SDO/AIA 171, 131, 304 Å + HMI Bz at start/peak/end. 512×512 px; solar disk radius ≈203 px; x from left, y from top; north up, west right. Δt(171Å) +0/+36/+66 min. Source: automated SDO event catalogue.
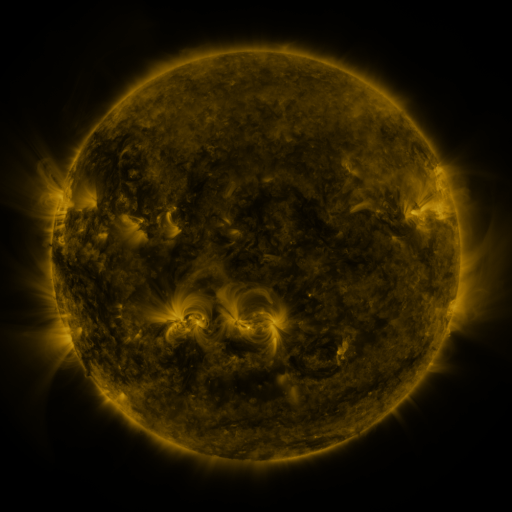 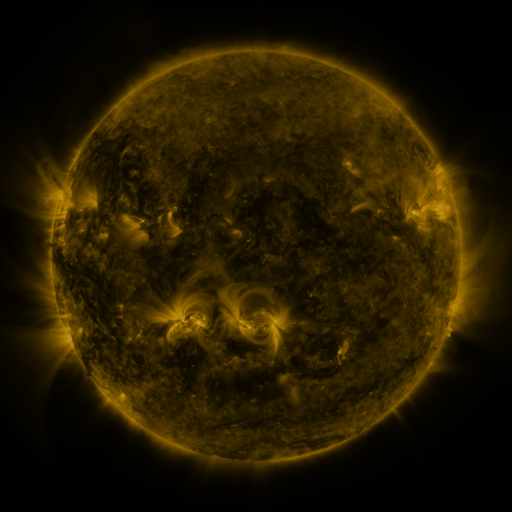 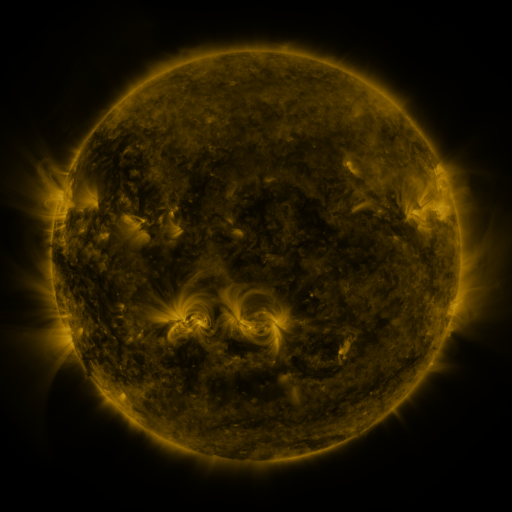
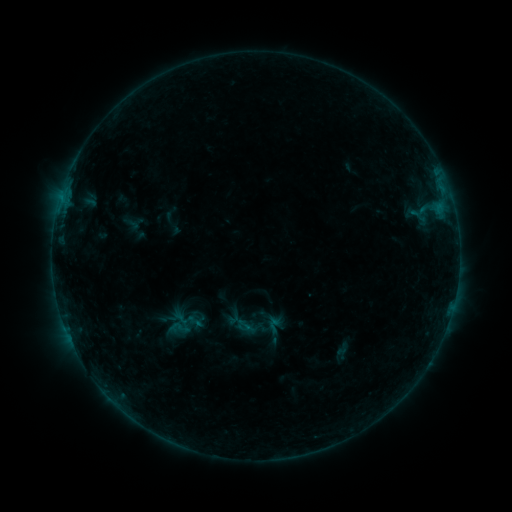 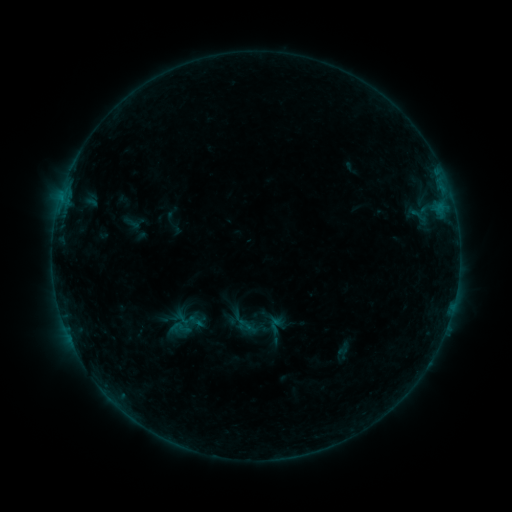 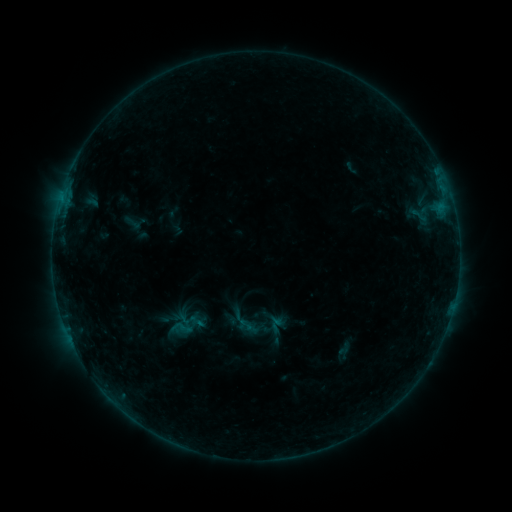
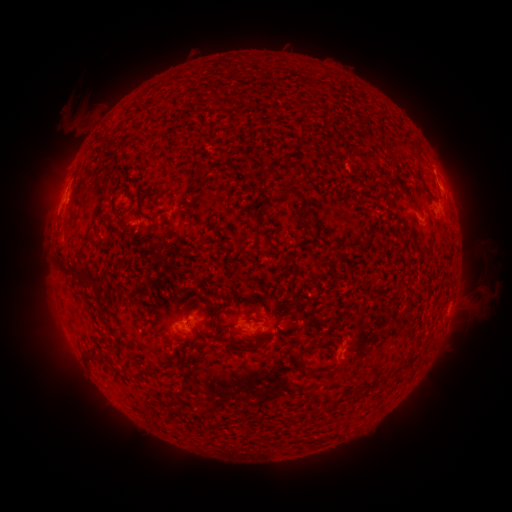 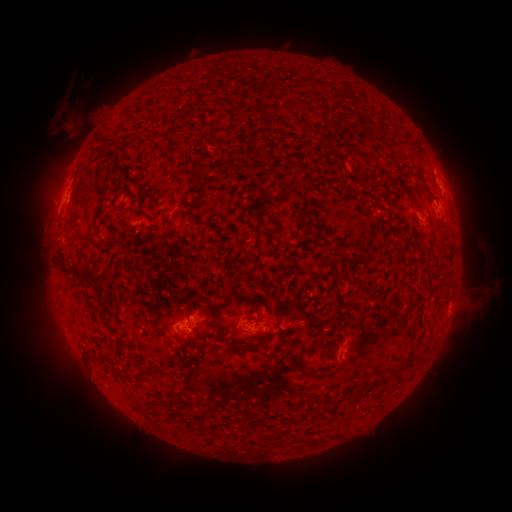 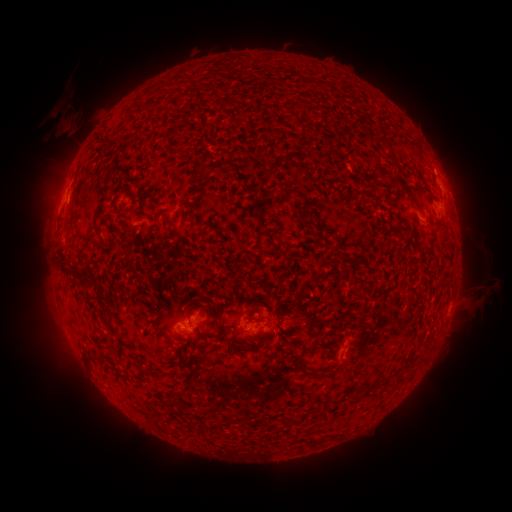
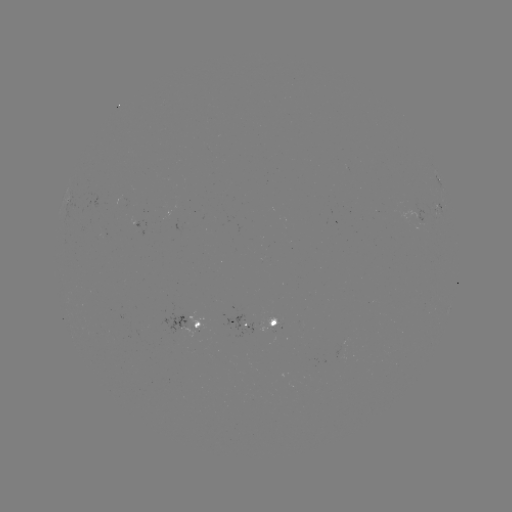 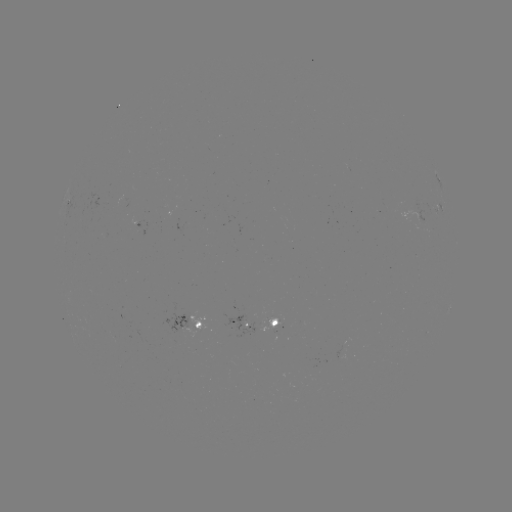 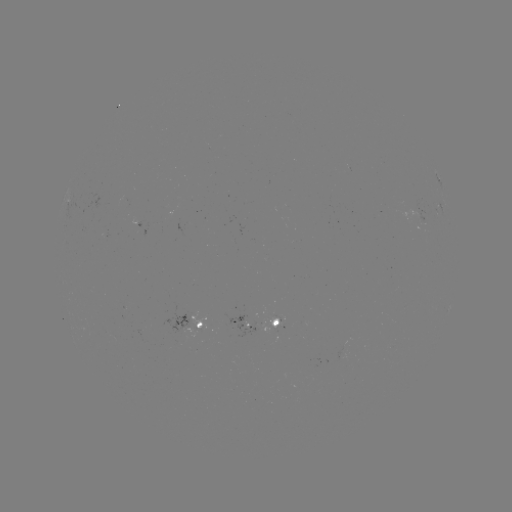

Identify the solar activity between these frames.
eruption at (72, 119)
